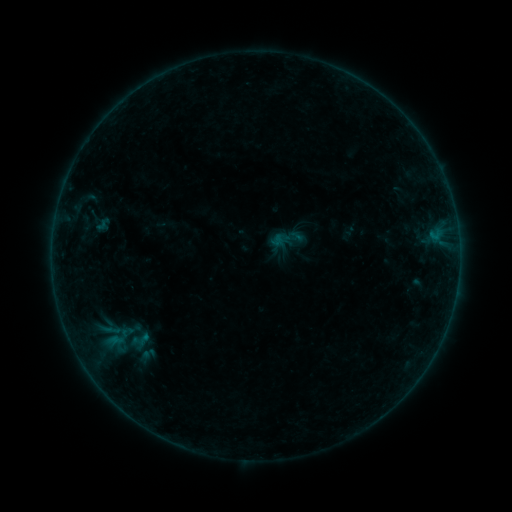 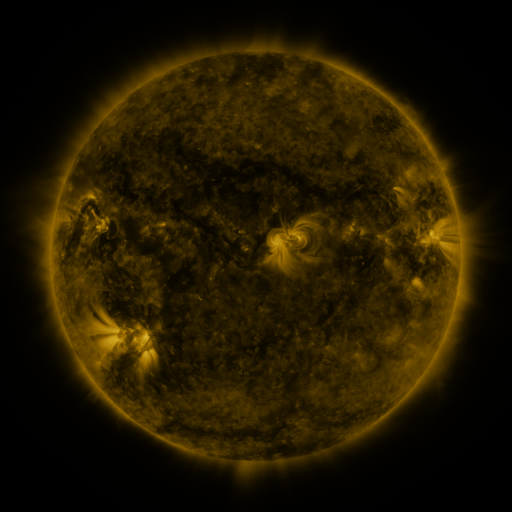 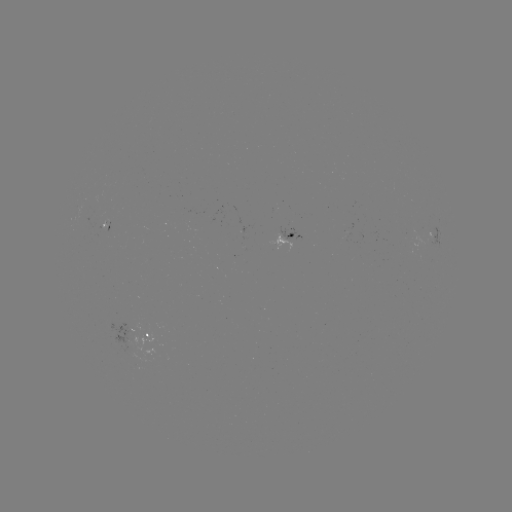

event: sigmoid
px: (287, 240)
